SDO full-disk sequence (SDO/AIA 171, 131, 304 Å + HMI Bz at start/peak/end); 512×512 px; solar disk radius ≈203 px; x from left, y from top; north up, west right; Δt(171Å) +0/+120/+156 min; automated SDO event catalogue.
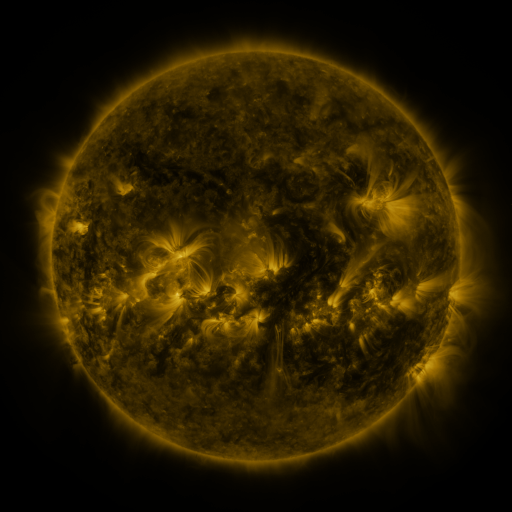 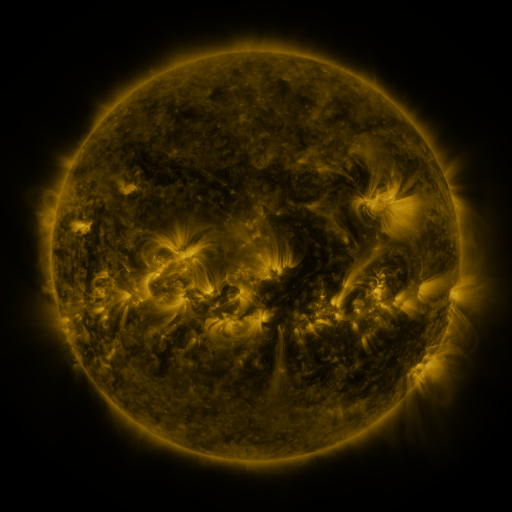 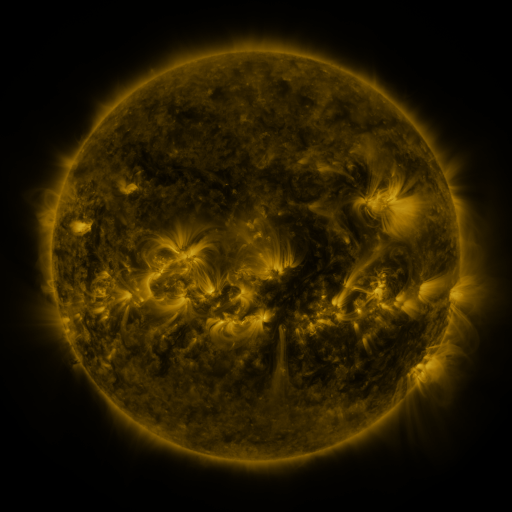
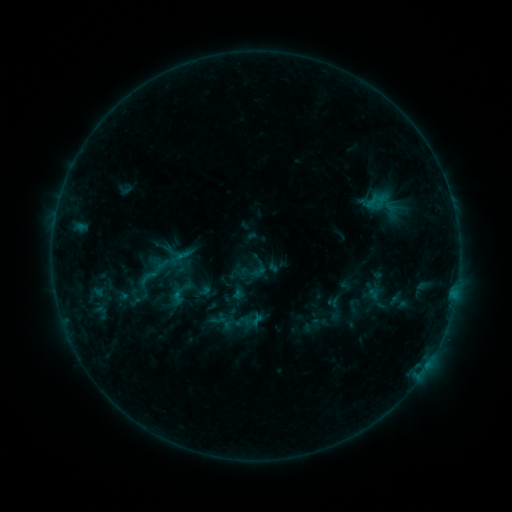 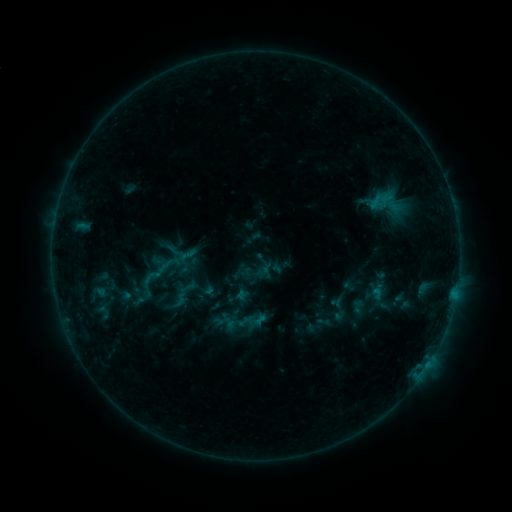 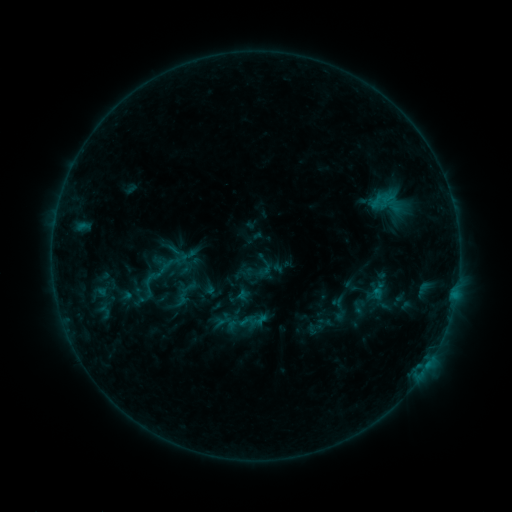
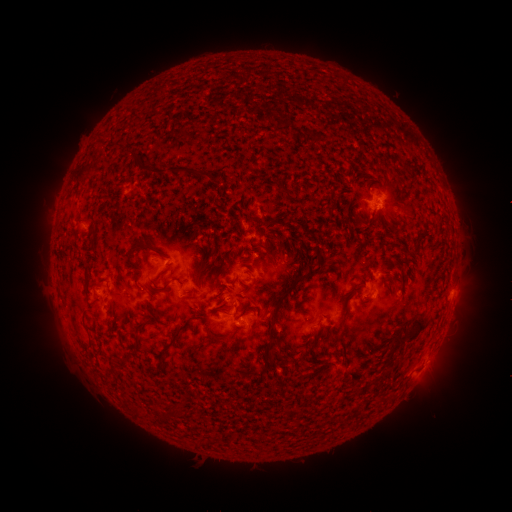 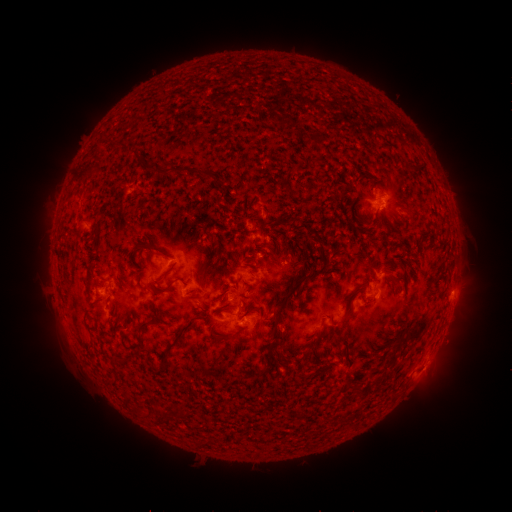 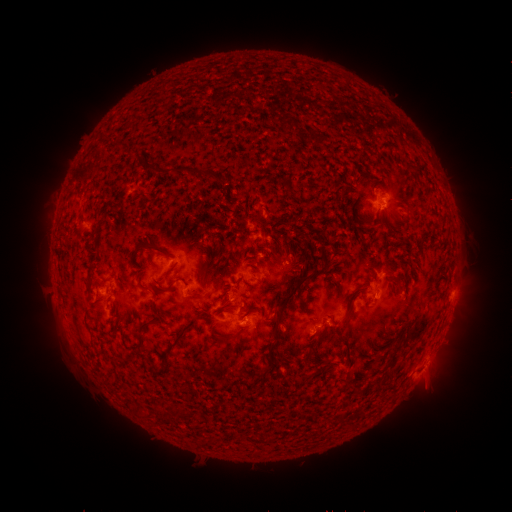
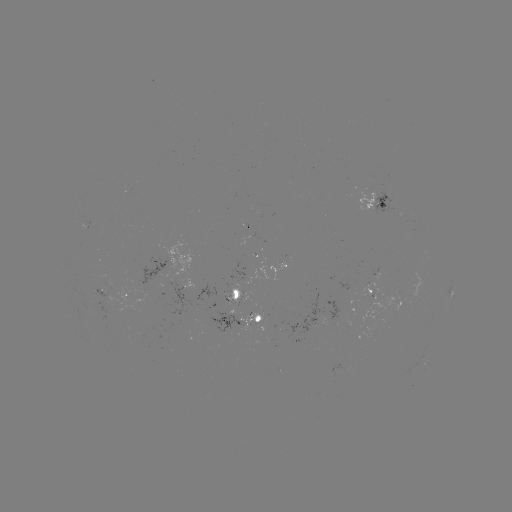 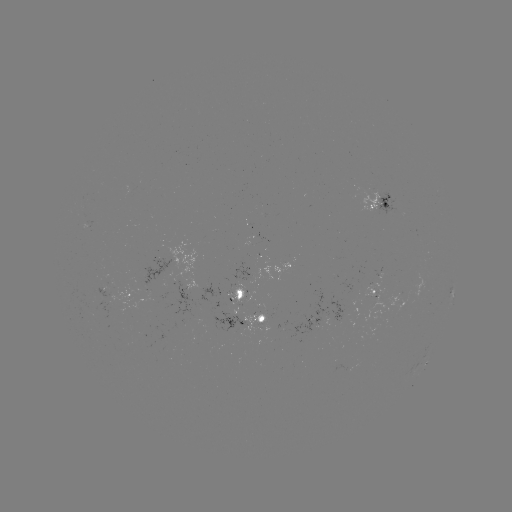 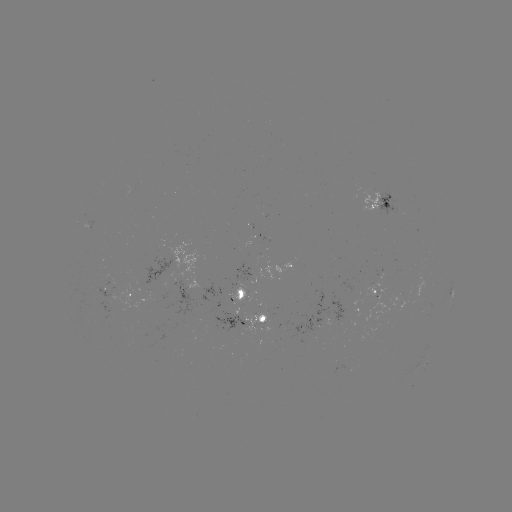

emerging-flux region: (239, 314, 268, 337)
